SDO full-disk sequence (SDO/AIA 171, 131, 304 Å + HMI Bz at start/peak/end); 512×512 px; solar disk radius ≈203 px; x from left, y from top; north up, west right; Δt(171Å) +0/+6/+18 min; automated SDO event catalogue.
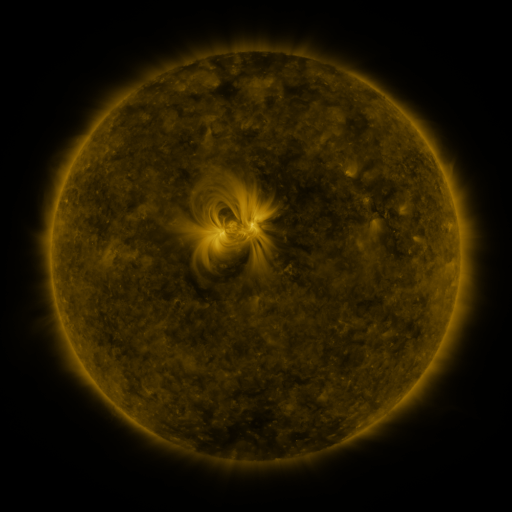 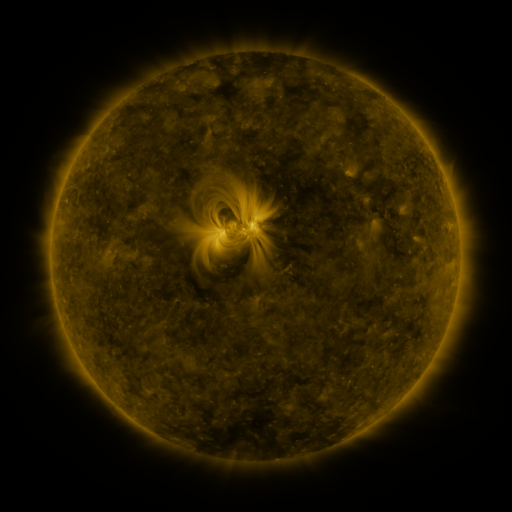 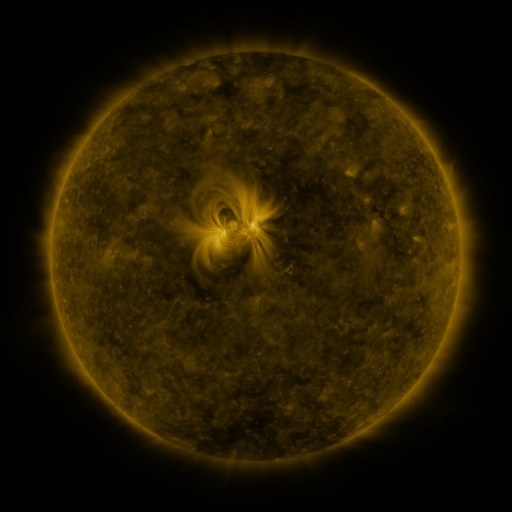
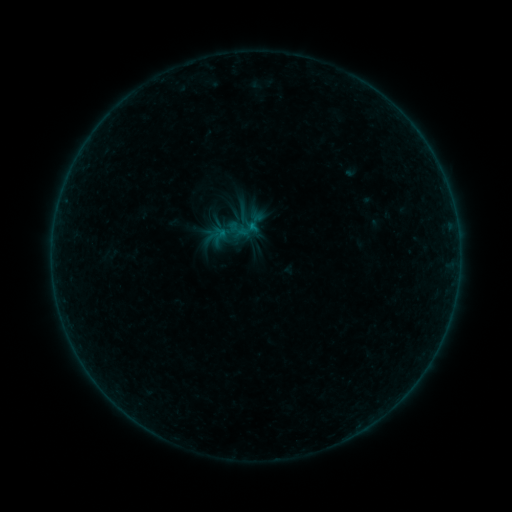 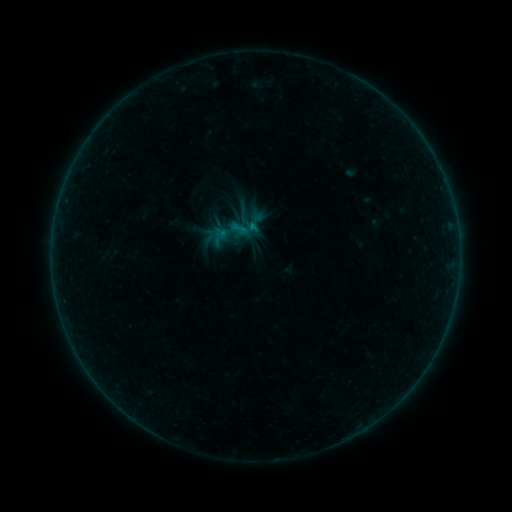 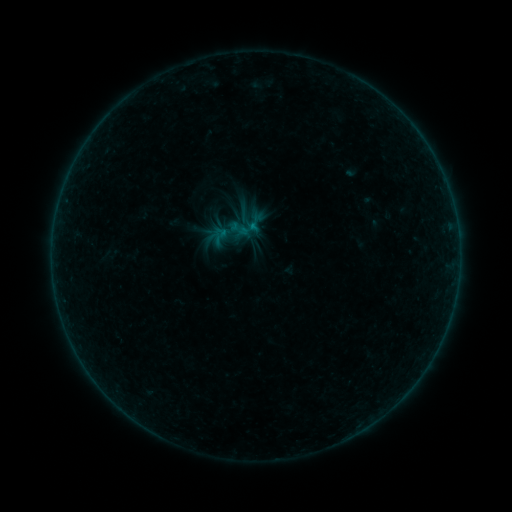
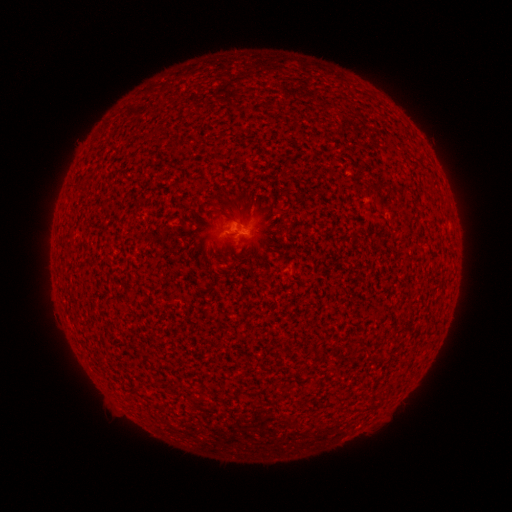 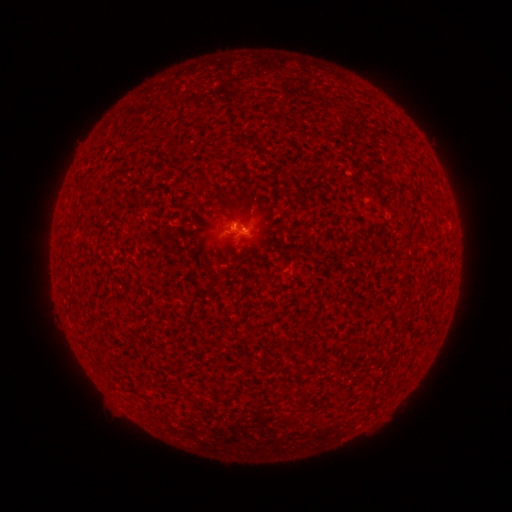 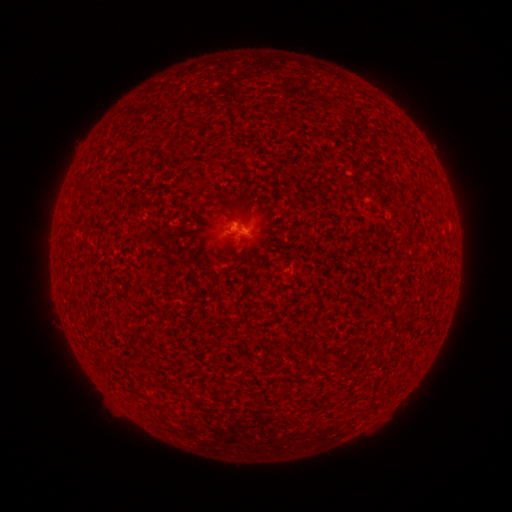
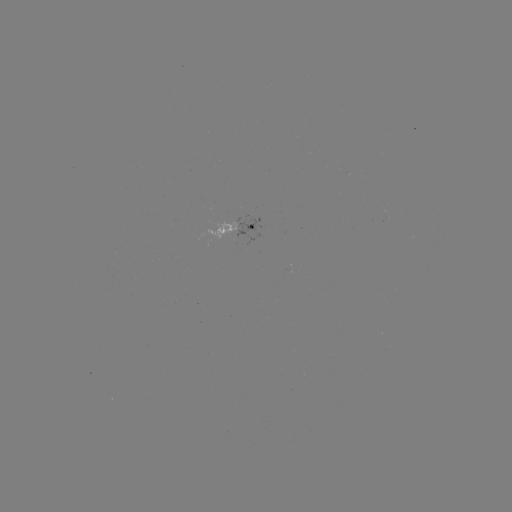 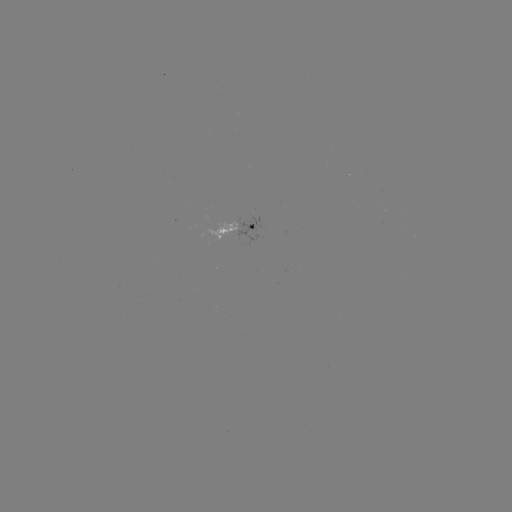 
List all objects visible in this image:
B2.1 flare: (241, 231)
